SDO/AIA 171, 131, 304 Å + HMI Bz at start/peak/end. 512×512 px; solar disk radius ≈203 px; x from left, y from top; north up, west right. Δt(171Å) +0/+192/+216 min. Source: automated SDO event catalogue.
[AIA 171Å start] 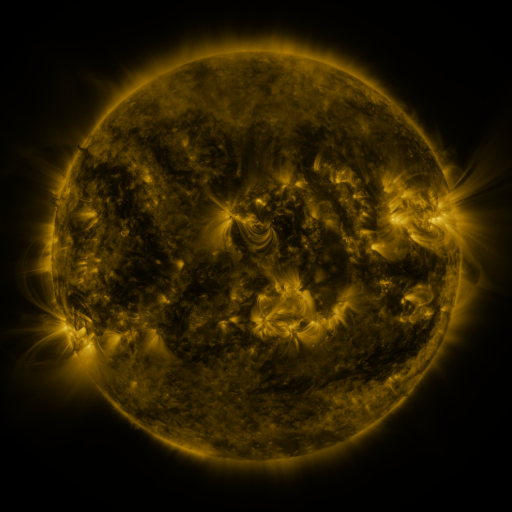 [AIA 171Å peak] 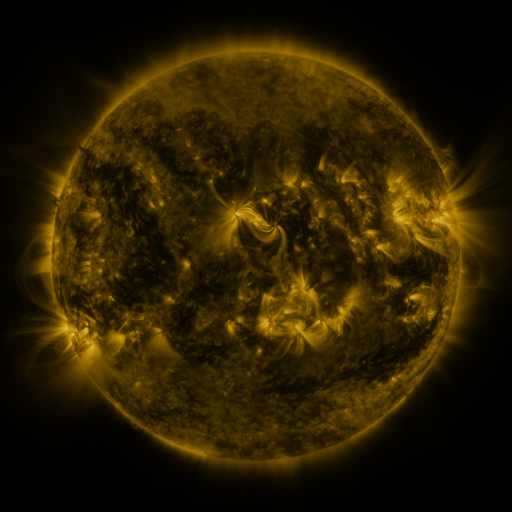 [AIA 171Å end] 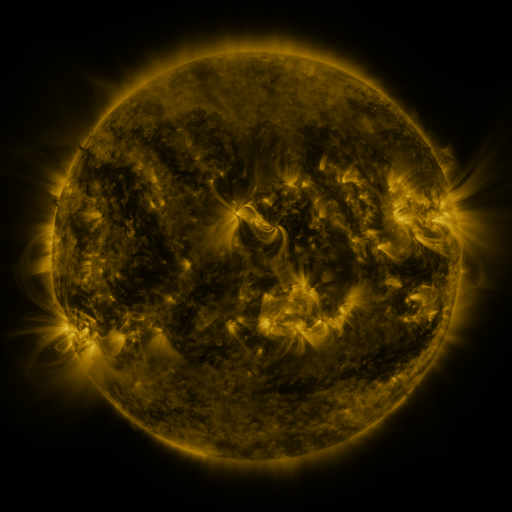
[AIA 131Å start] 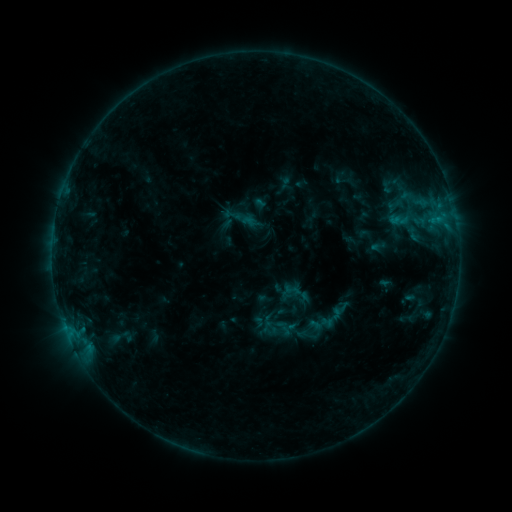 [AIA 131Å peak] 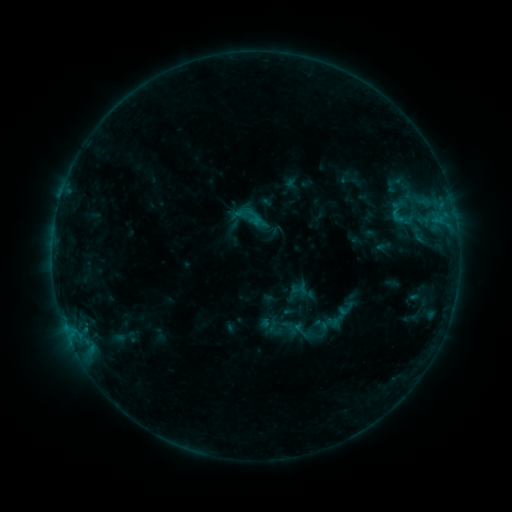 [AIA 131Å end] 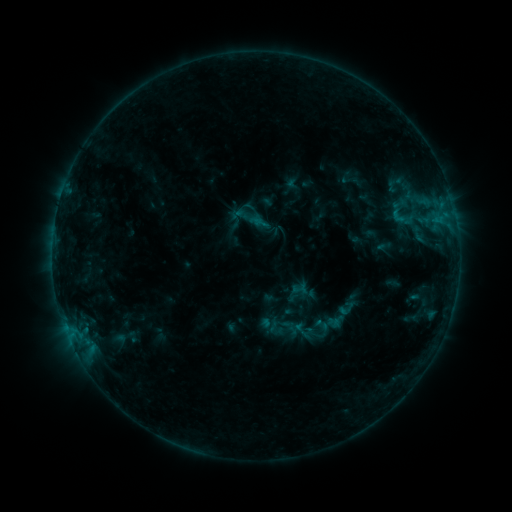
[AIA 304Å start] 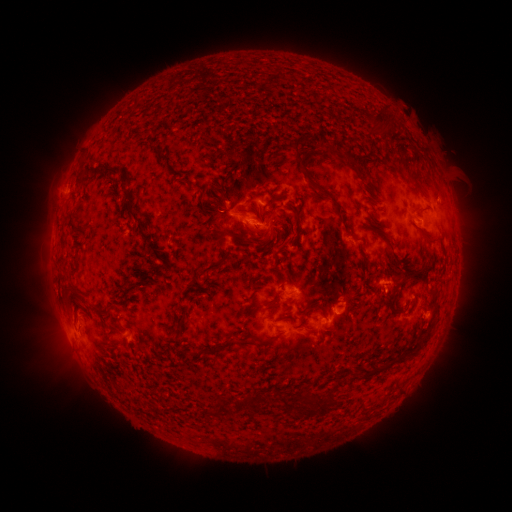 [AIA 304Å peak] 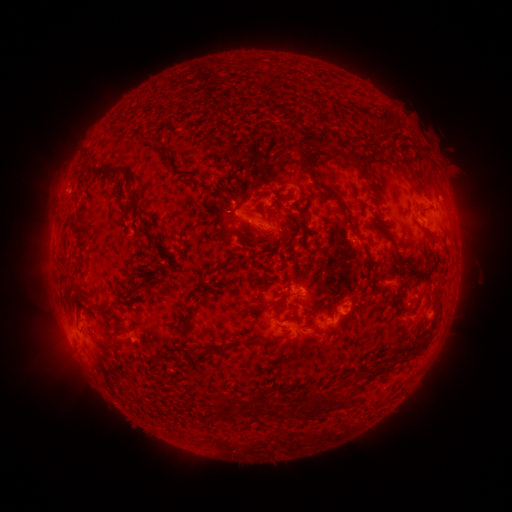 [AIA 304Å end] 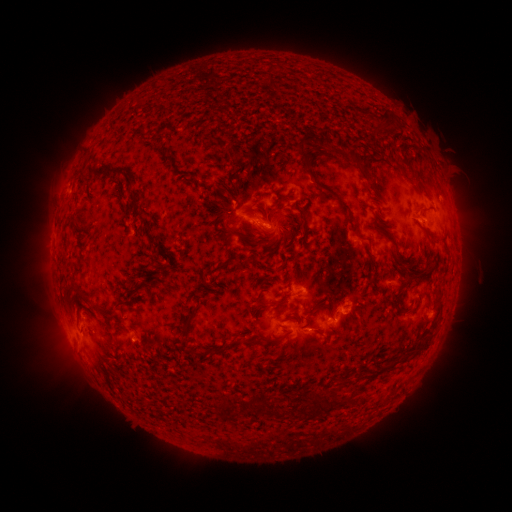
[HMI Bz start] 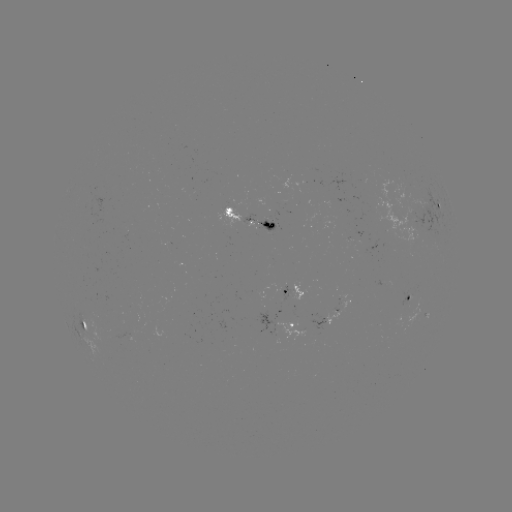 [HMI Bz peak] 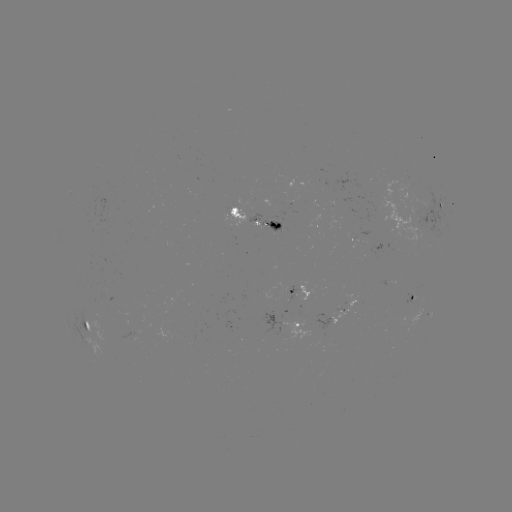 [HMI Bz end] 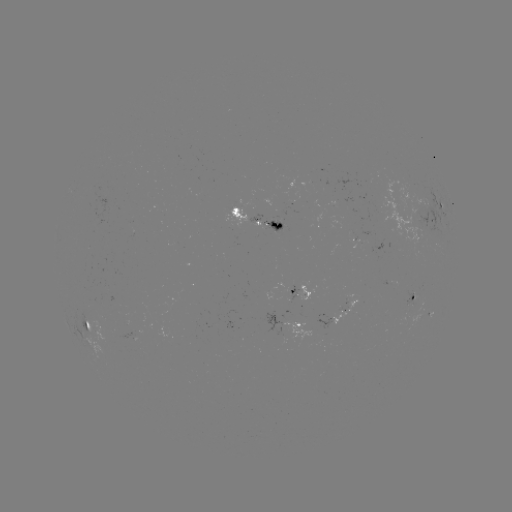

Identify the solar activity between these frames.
emerging-flux region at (272, 220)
